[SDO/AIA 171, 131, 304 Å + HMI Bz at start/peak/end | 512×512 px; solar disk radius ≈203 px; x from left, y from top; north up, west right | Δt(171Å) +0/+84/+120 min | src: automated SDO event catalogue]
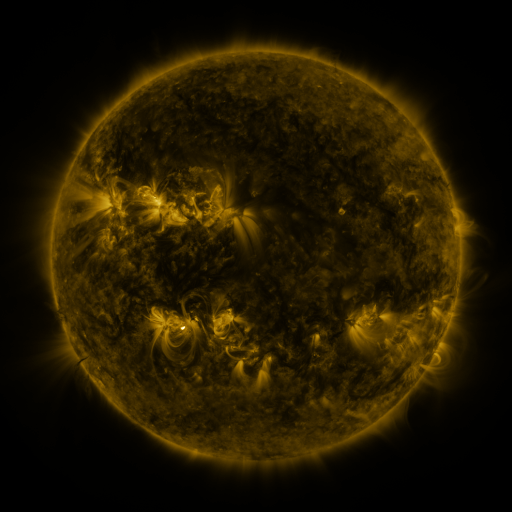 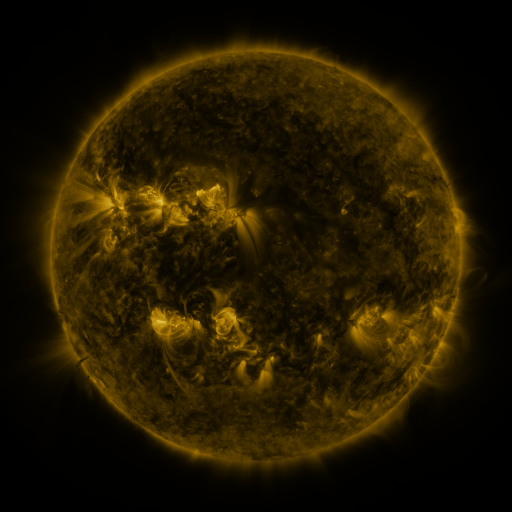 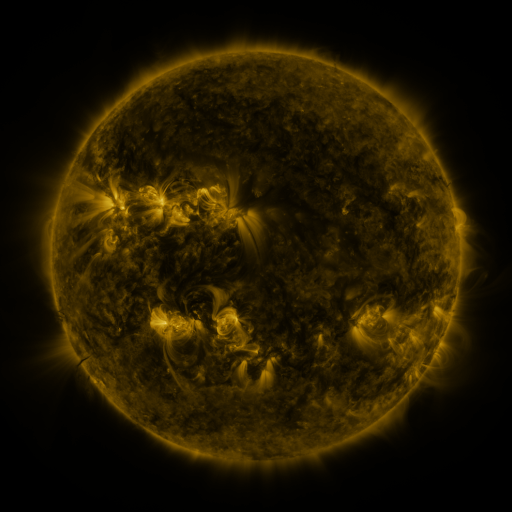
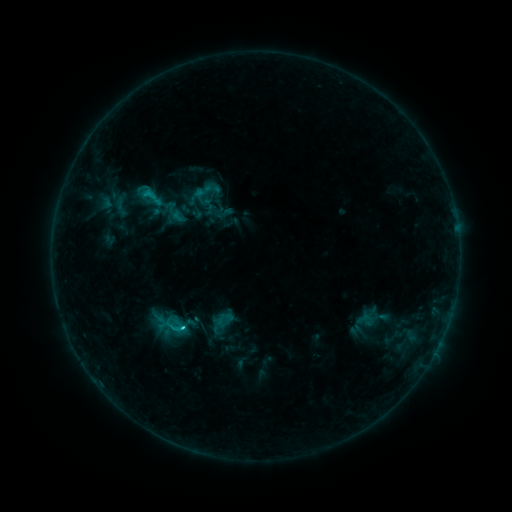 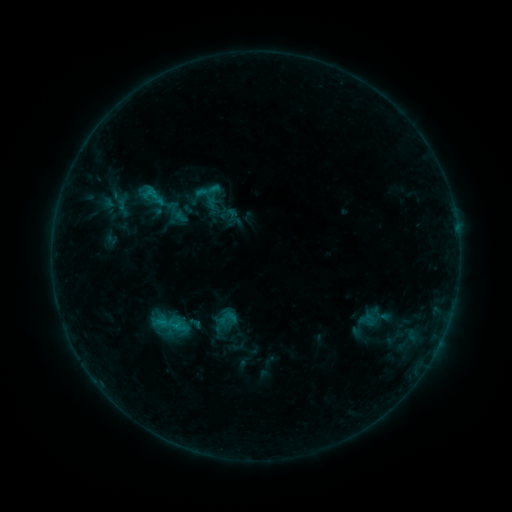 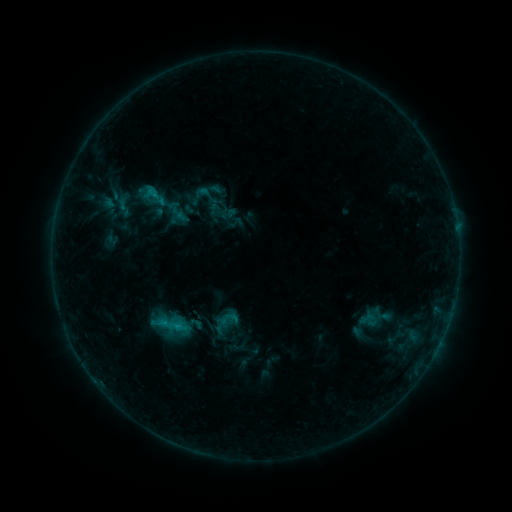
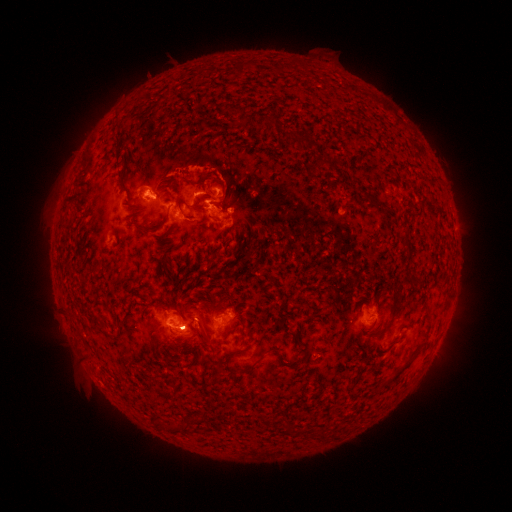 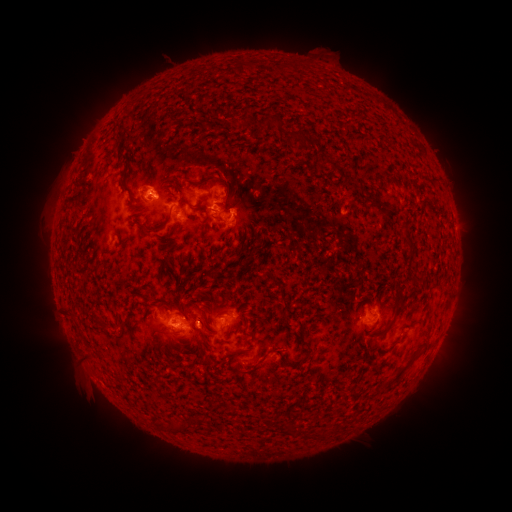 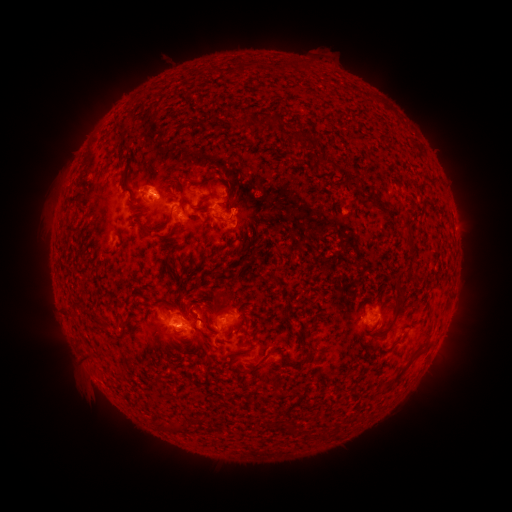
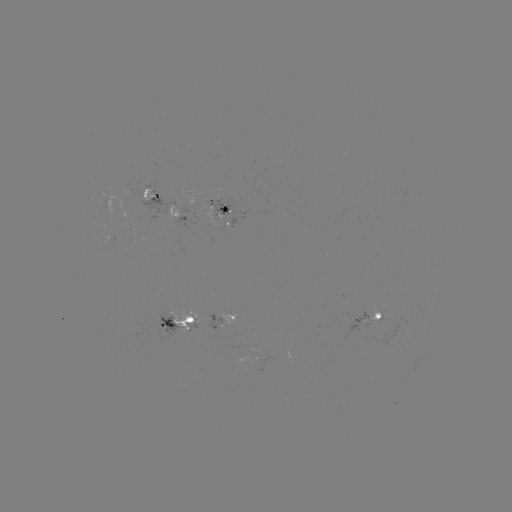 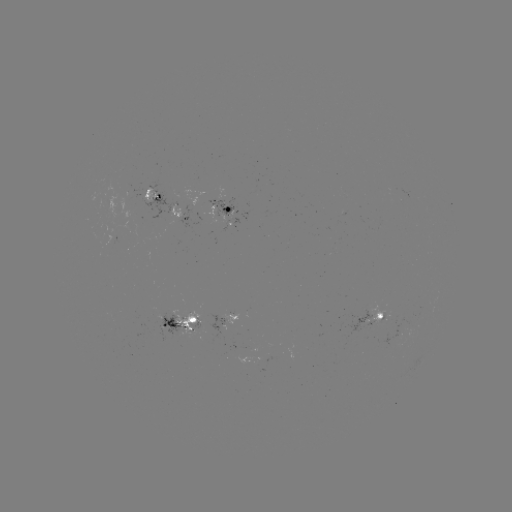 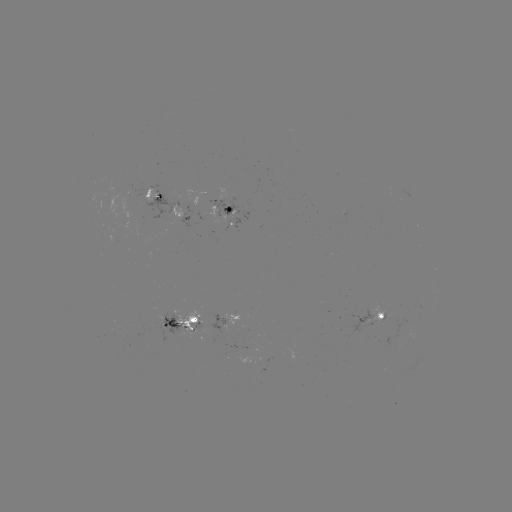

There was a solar emerging-flux region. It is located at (121, 333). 